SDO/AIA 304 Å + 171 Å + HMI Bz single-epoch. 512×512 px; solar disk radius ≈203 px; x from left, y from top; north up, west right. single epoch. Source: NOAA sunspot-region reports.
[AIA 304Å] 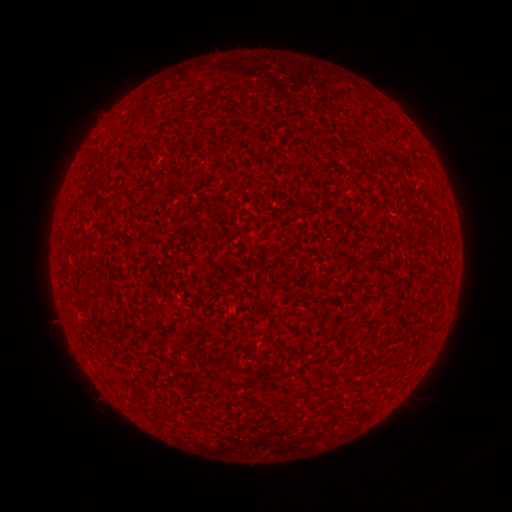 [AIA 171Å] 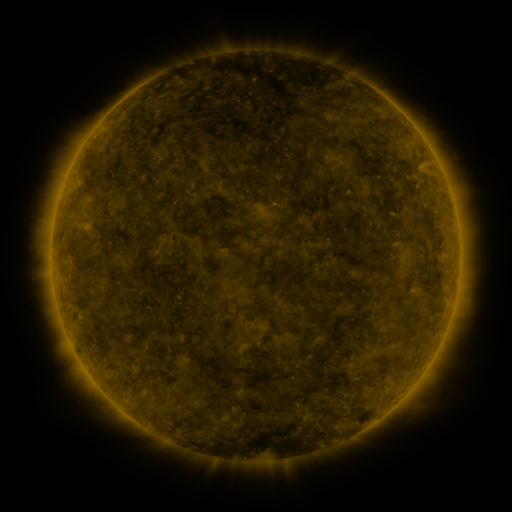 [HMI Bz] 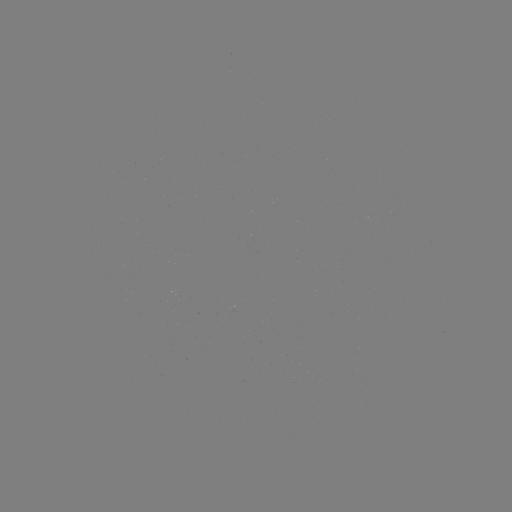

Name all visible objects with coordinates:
(none)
